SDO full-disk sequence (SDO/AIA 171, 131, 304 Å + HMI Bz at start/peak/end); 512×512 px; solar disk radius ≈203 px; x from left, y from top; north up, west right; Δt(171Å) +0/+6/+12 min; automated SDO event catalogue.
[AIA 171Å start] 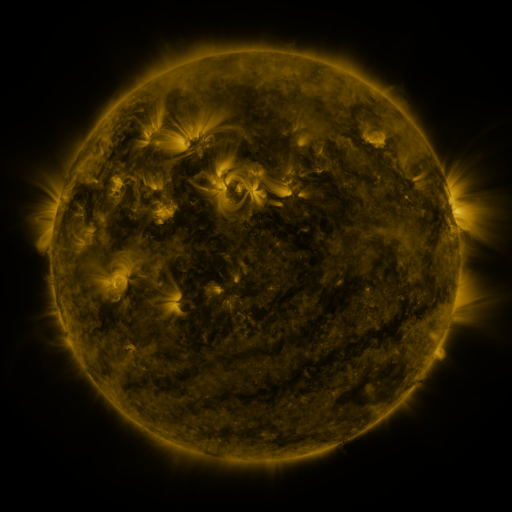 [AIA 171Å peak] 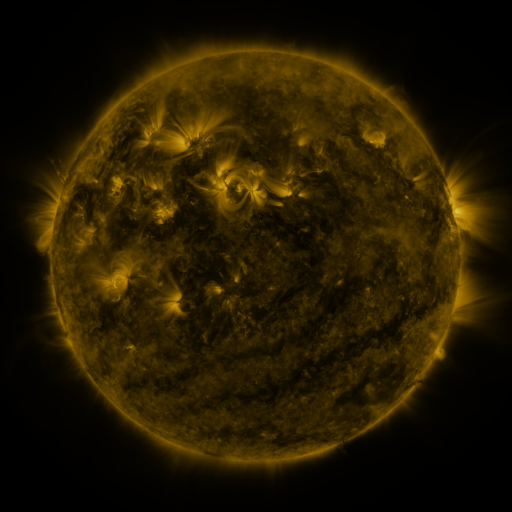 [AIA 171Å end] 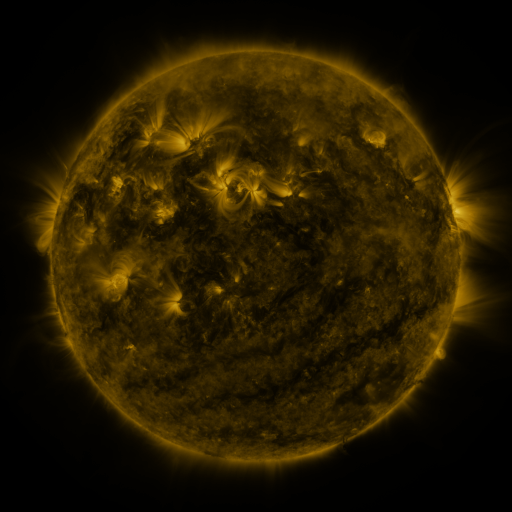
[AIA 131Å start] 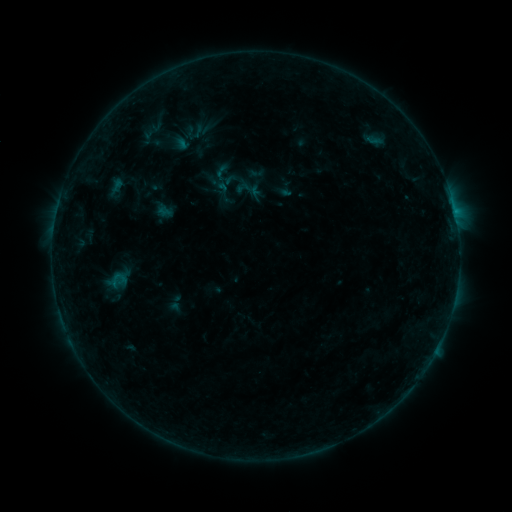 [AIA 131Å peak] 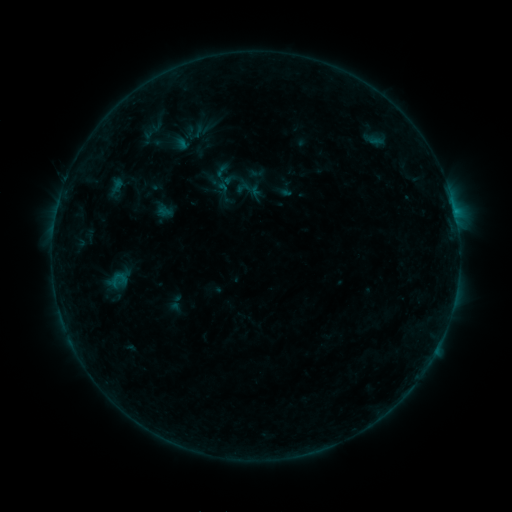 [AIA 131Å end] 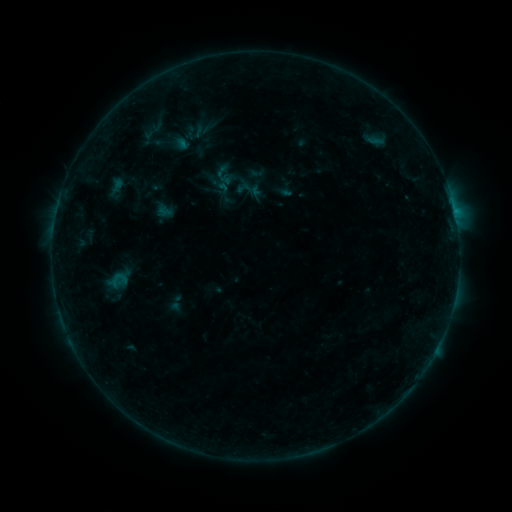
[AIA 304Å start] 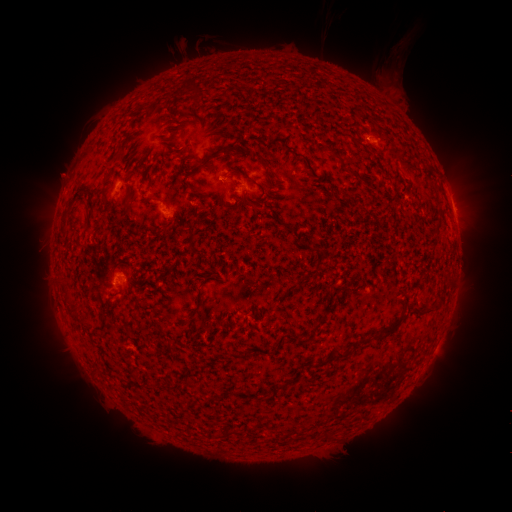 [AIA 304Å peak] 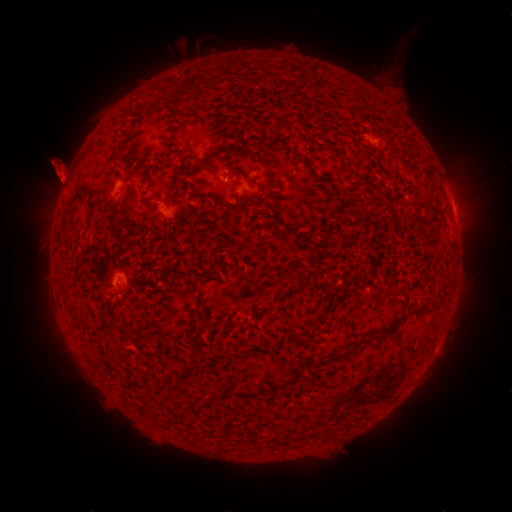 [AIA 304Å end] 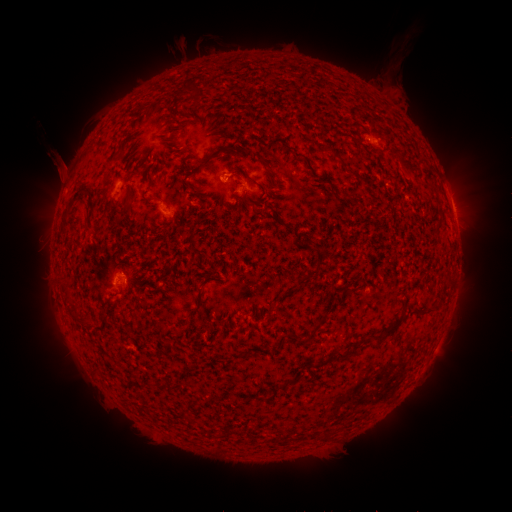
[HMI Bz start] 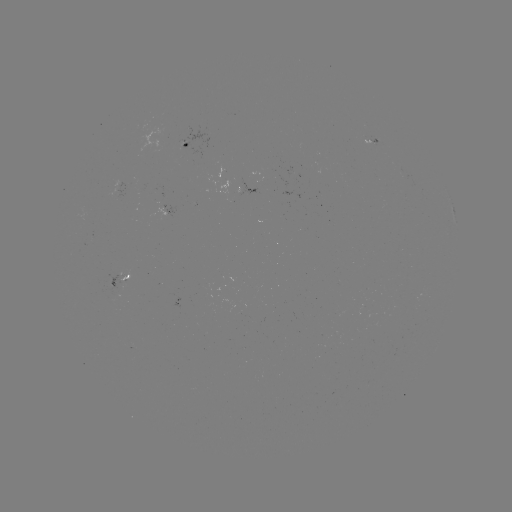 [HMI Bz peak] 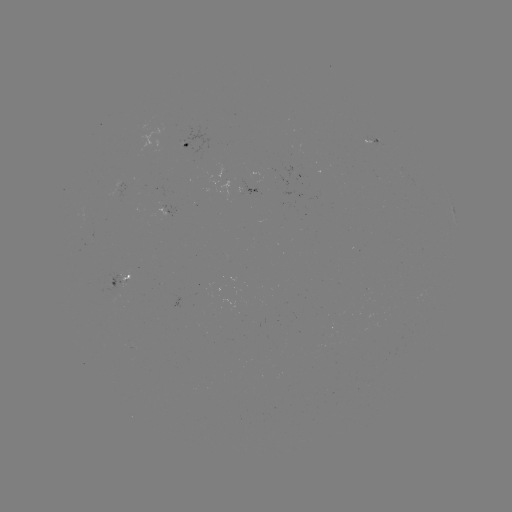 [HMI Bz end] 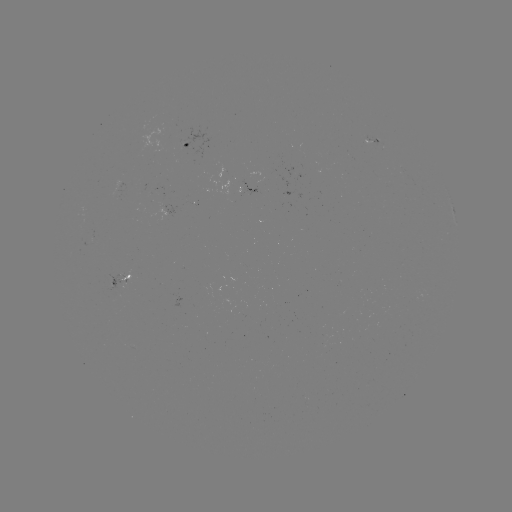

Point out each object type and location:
eruption: (63, 168)
